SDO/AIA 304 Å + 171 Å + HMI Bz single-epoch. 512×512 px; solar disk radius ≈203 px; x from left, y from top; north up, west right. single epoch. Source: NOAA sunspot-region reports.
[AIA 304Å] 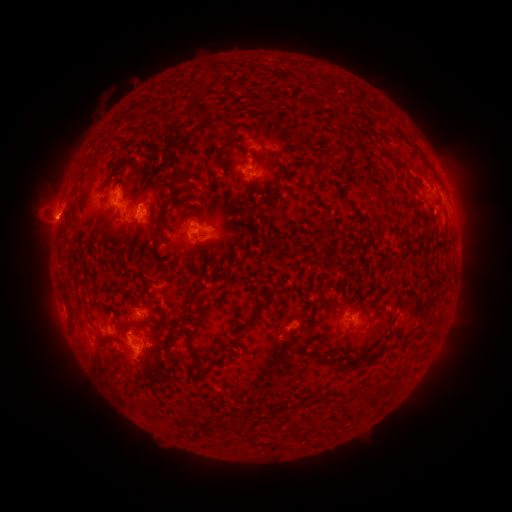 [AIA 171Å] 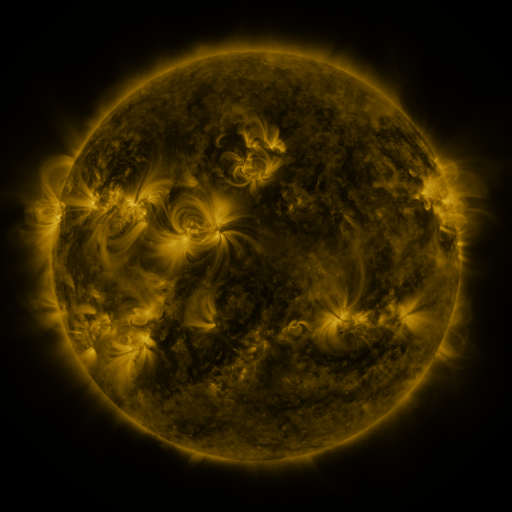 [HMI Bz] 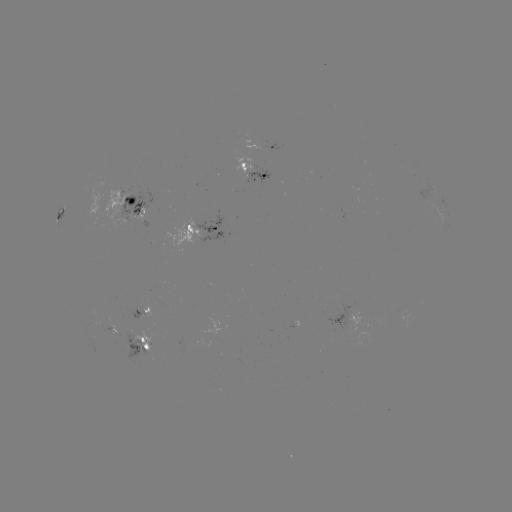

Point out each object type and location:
spotted active region: (274, 145)
spotted active region: (252, 170)
spotted active region: (424, 182)
spotted active region: (133, 202)
spotted active region: (59, 212)
spotted active region: (199, 228)
spotted active region: (144, 311)
spotted active region: (348, 320)
spotted active region: (142, 344)
